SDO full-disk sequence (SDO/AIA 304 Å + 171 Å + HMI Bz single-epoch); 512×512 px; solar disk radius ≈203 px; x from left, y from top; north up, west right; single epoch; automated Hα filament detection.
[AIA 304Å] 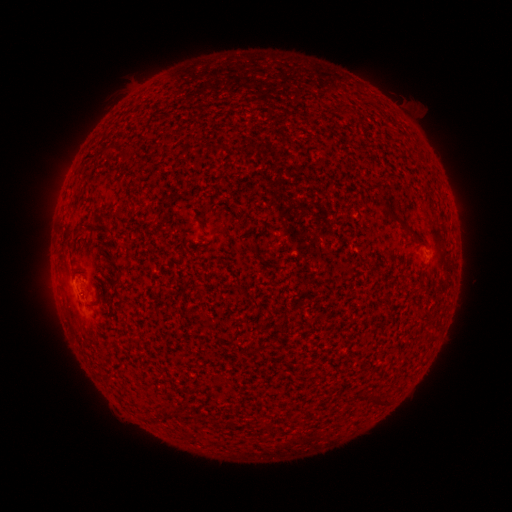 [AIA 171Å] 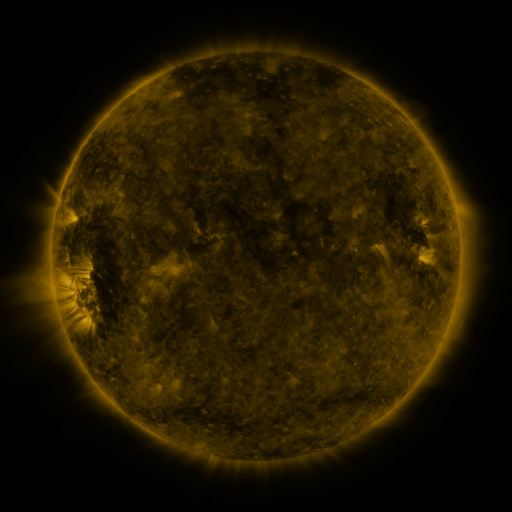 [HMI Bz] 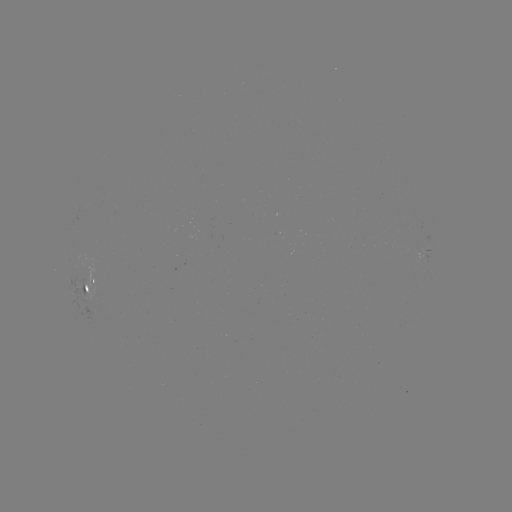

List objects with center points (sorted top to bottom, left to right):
filament: <bbox>389, 214, 401, 226</bbox>
filament: <bbox>366, 392, 383, 408</bbox>
